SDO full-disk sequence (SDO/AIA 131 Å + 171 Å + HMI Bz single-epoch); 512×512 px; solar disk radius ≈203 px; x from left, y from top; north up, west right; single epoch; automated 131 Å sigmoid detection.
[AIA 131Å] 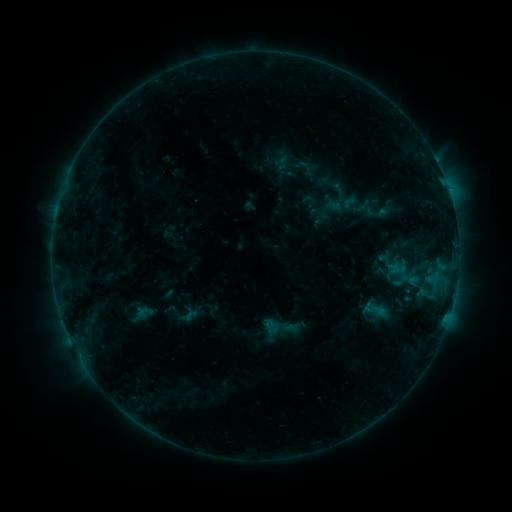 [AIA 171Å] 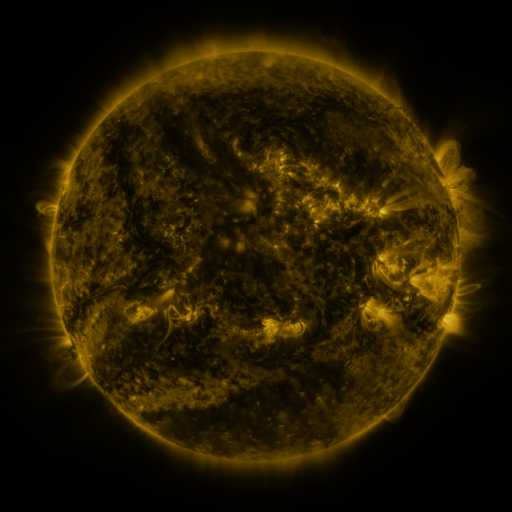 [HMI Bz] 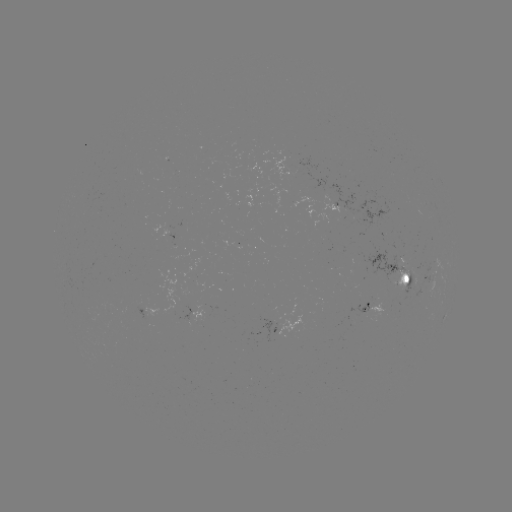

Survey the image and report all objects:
sigmoid: <bbox>362, 295, 388, 324</bbox>
sigmoid: <bbox>257, 307, 300, 351</bbox>
